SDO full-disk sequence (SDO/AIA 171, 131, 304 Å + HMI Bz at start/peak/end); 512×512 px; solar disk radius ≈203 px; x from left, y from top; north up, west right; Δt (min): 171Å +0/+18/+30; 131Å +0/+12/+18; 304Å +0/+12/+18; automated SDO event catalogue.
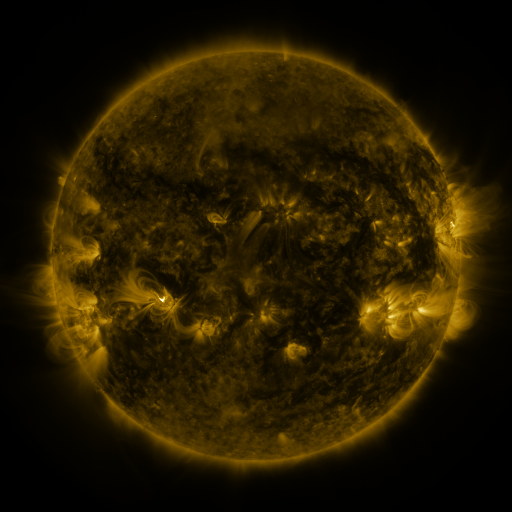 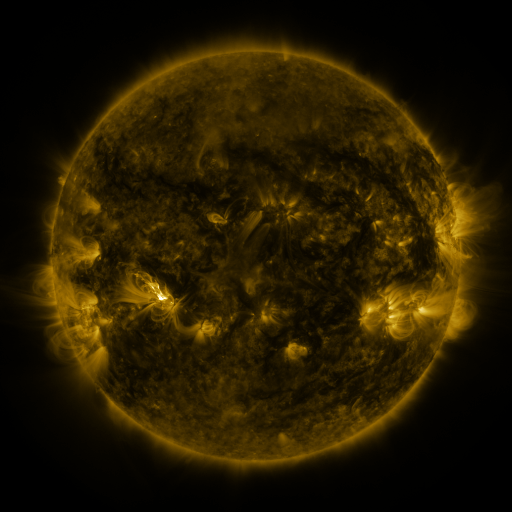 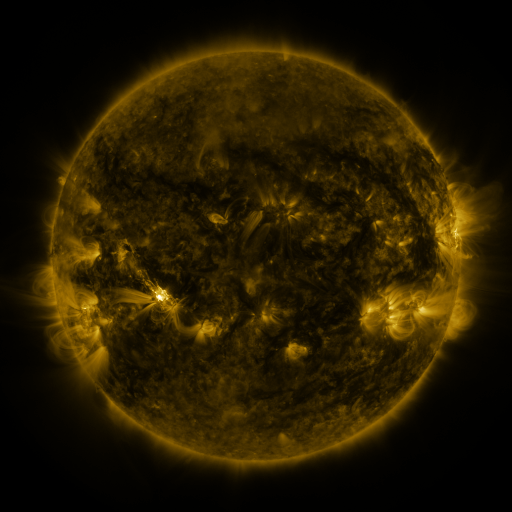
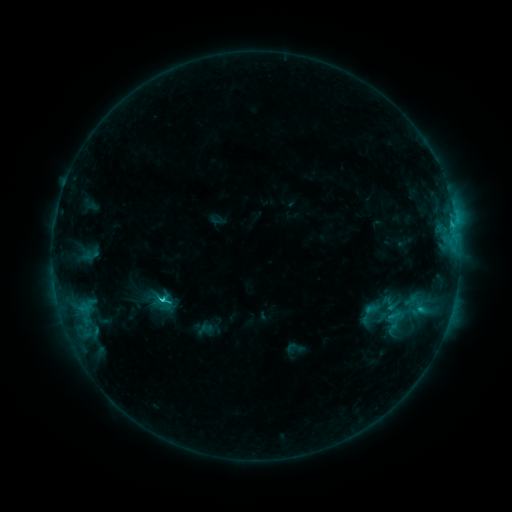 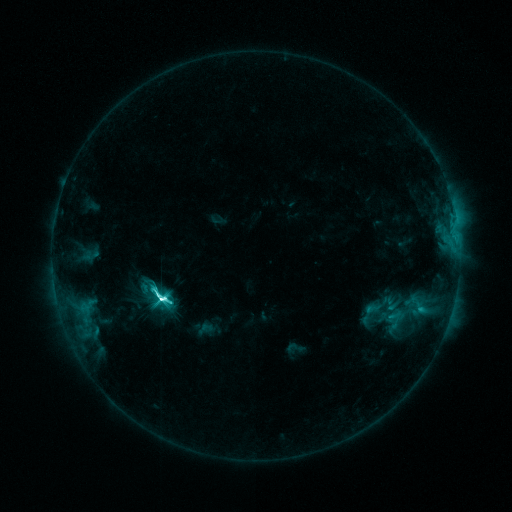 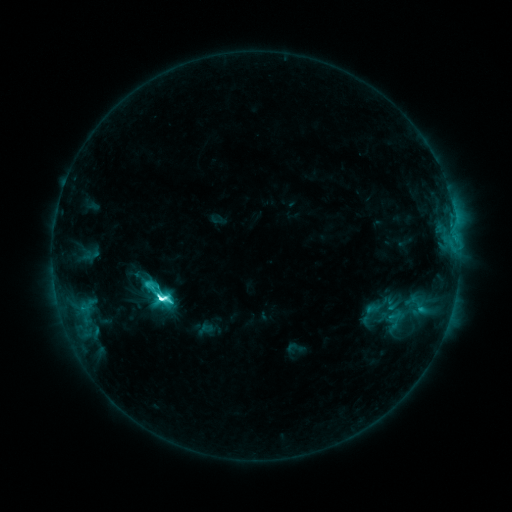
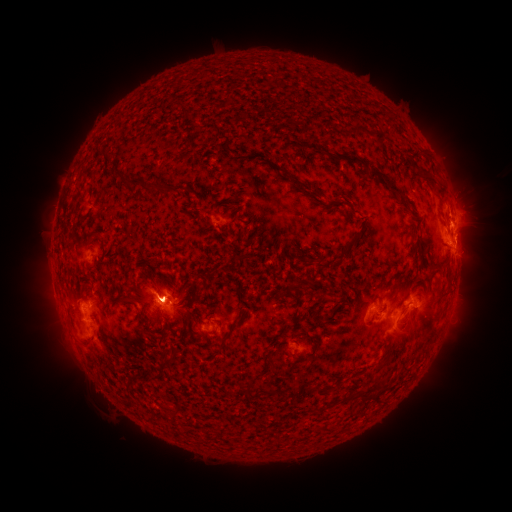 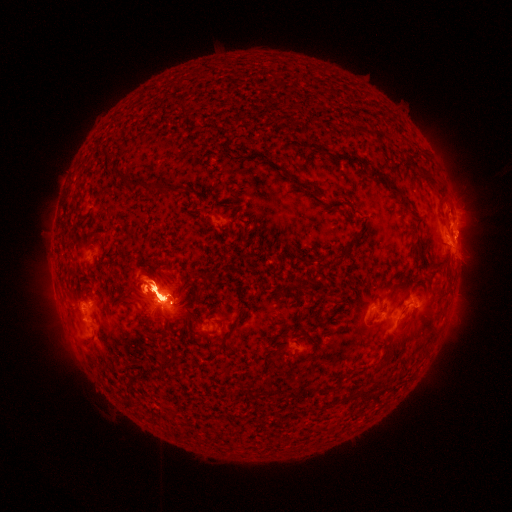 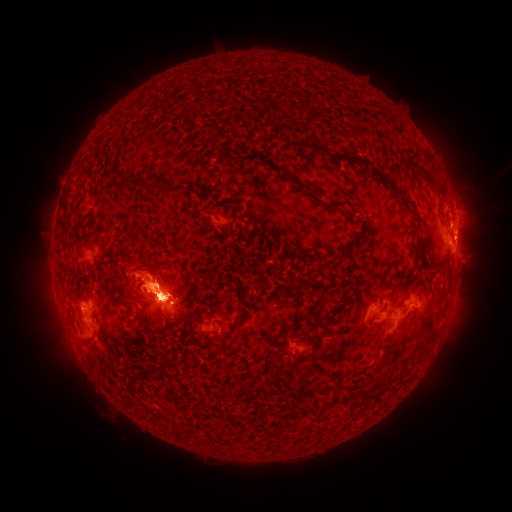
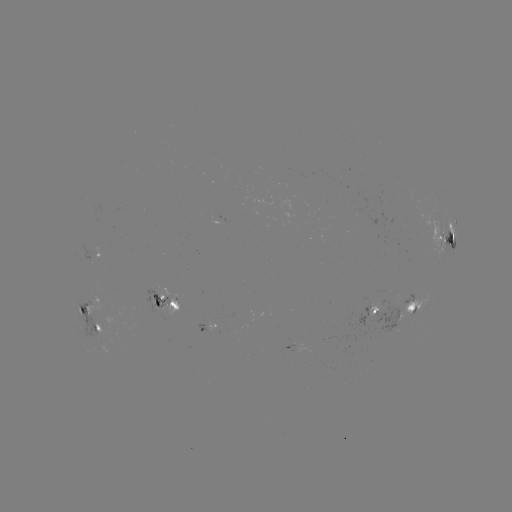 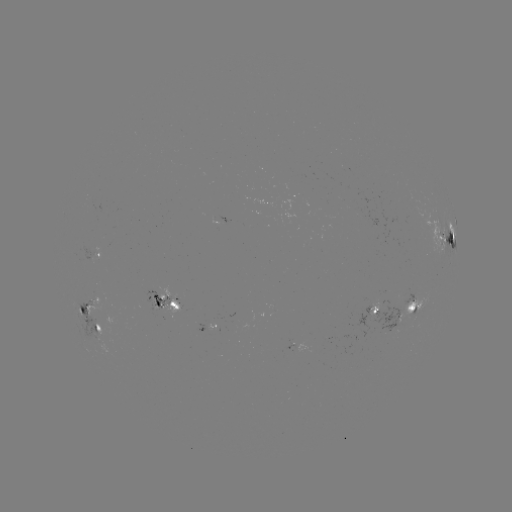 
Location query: M2.7 flare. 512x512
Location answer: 164,299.